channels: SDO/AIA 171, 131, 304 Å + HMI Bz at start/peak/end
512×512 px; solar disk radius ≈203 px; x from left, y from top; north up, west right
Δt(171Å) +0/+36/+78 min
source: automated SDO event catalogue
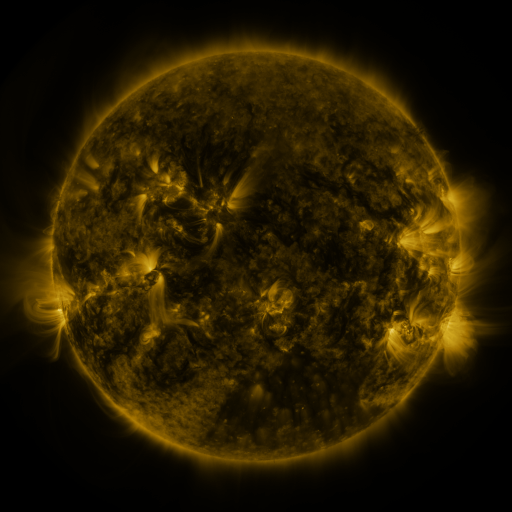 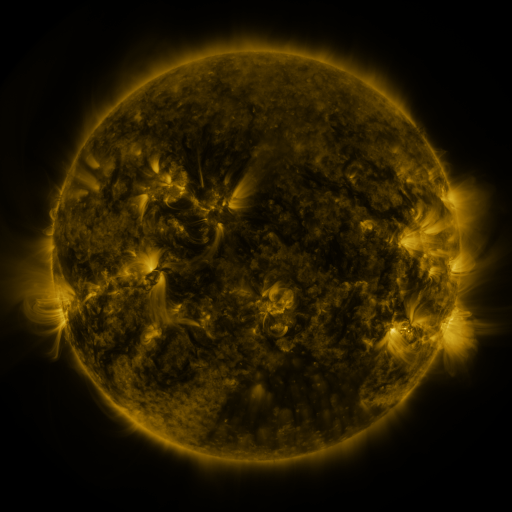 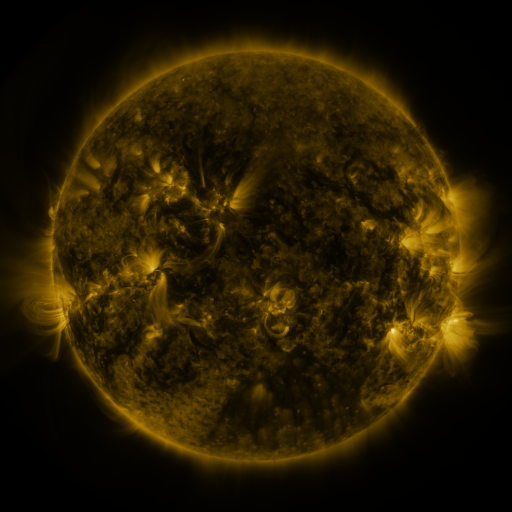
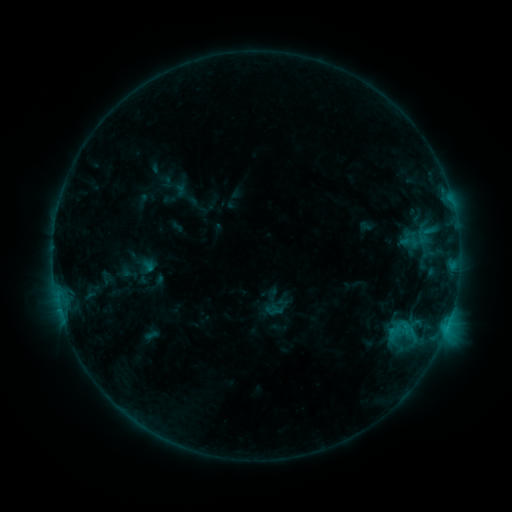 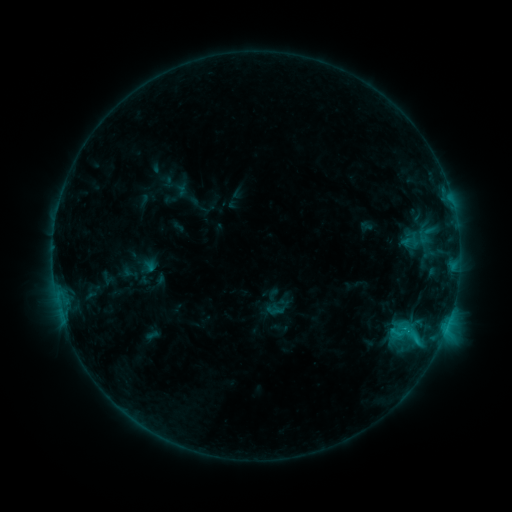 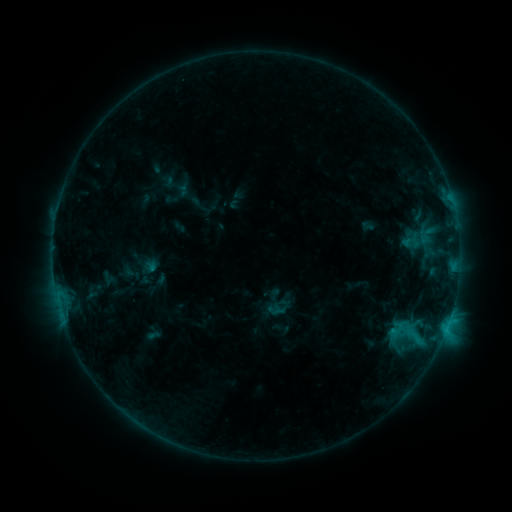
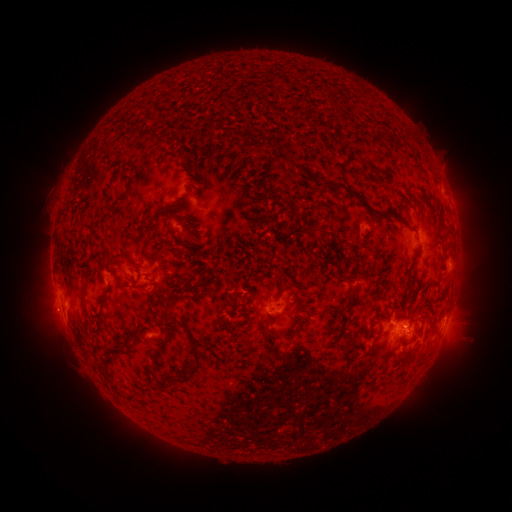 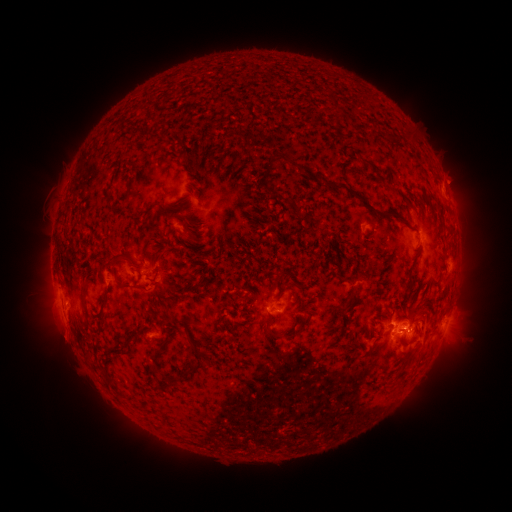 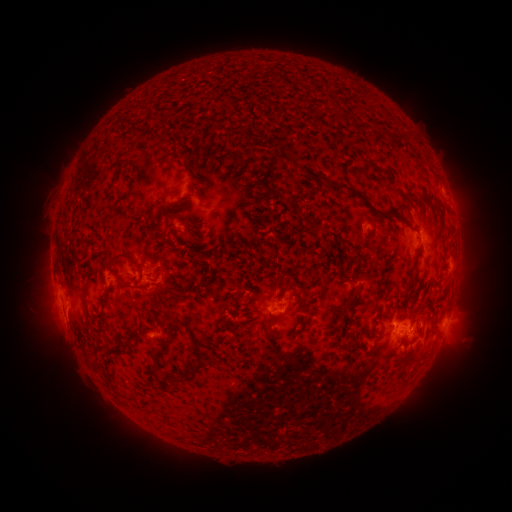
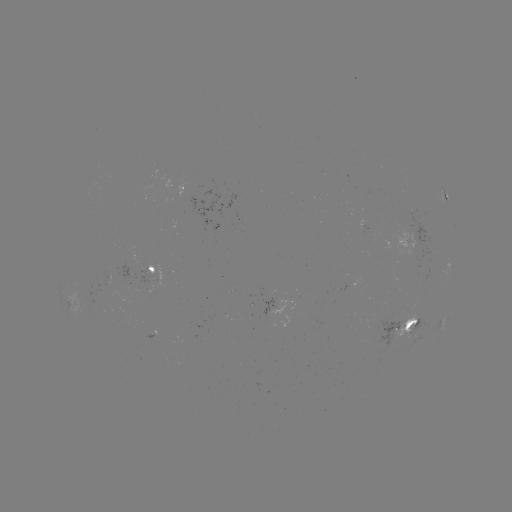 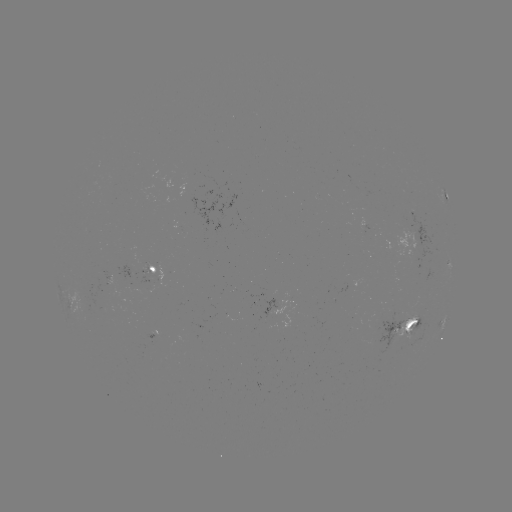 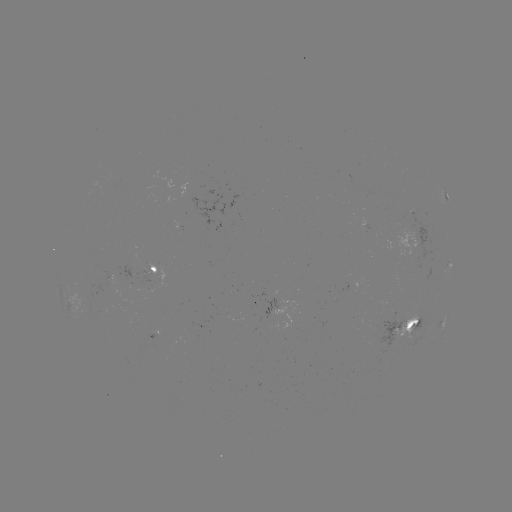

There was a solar flare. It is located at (417, 339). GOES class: C1.6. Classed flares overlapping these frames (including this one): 1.